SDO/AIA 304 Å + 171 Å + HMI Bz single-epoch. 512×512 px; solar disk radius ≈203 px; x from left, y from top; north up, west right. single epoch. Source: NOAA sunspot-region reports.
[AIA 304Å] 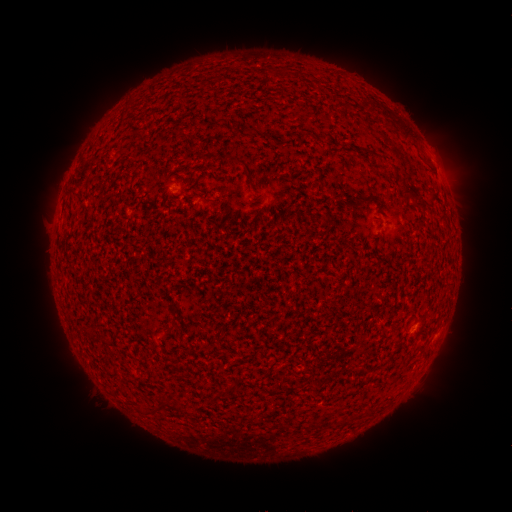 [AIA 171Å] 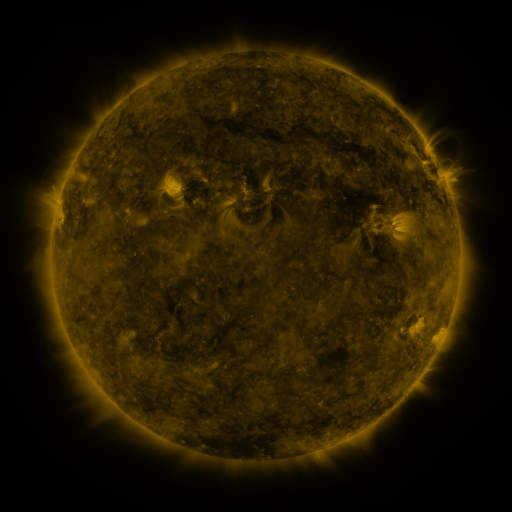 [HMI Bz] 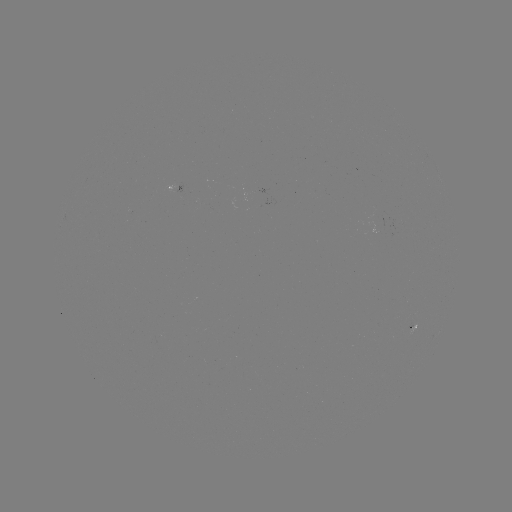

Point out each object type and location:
spotted active region: (180, 185)
spotted active region: (414, 328)
